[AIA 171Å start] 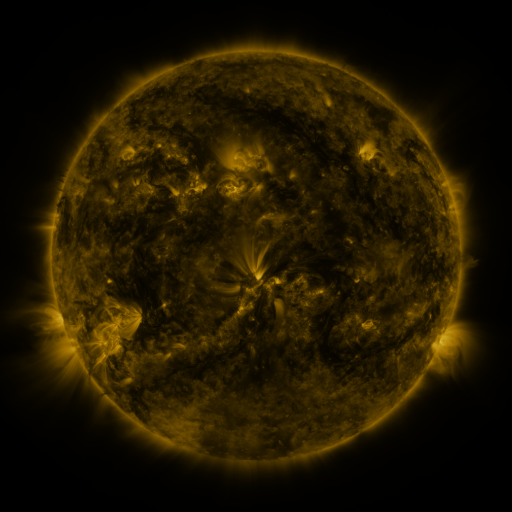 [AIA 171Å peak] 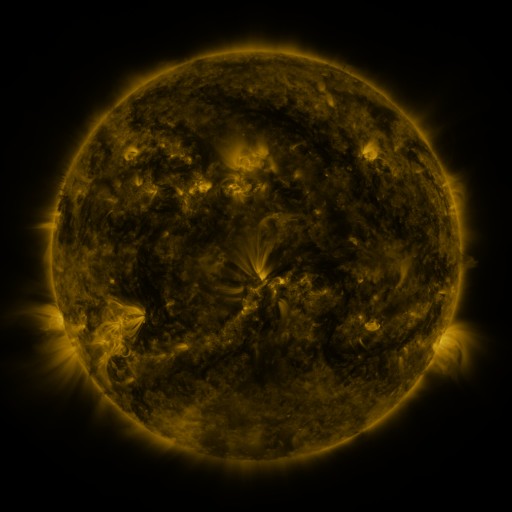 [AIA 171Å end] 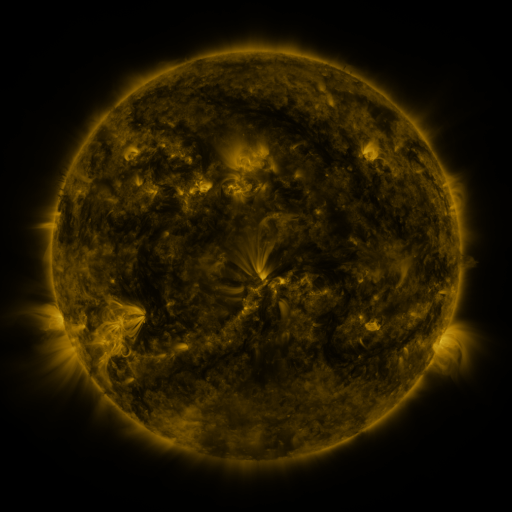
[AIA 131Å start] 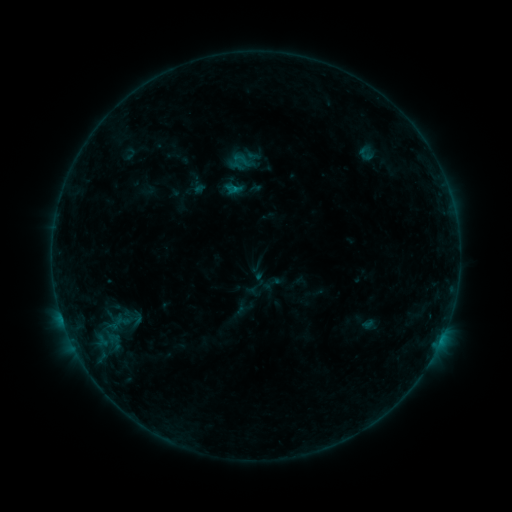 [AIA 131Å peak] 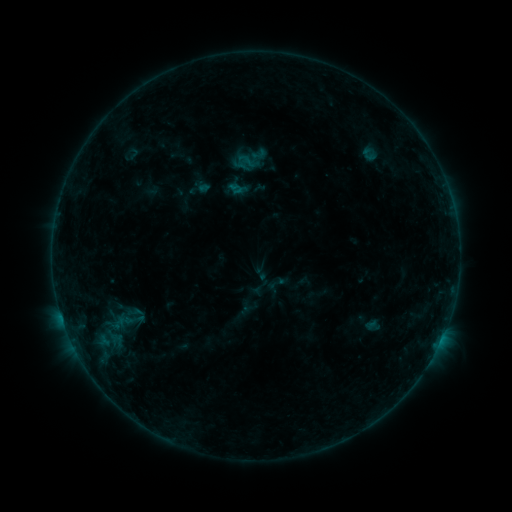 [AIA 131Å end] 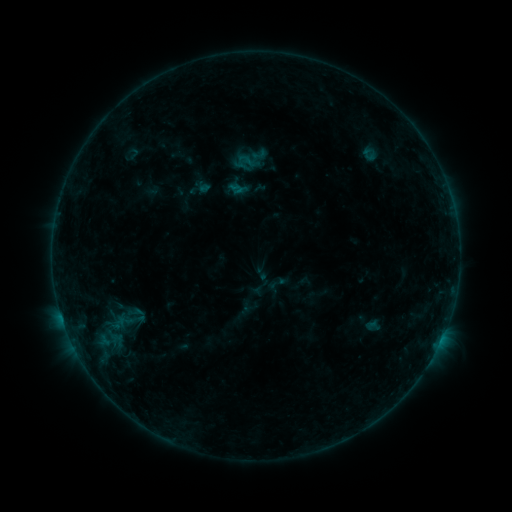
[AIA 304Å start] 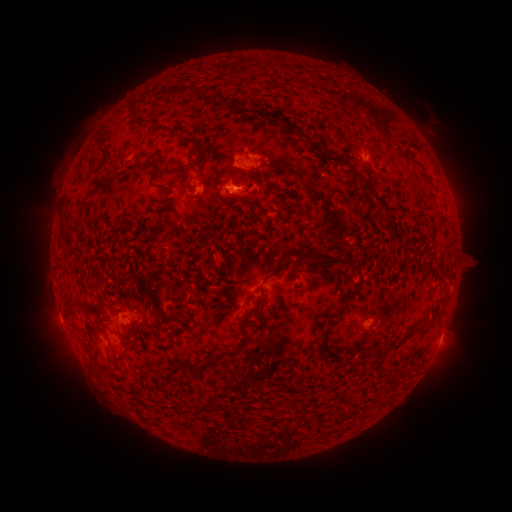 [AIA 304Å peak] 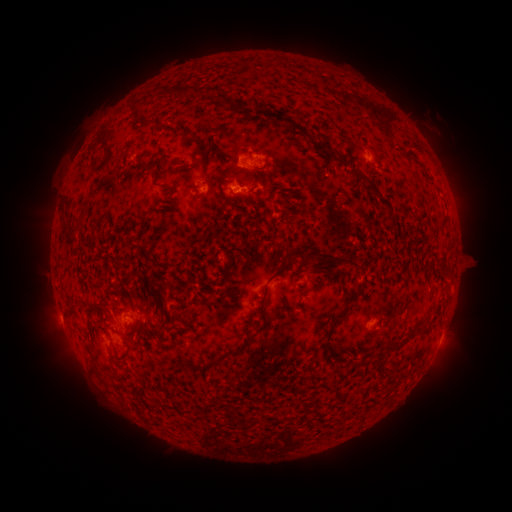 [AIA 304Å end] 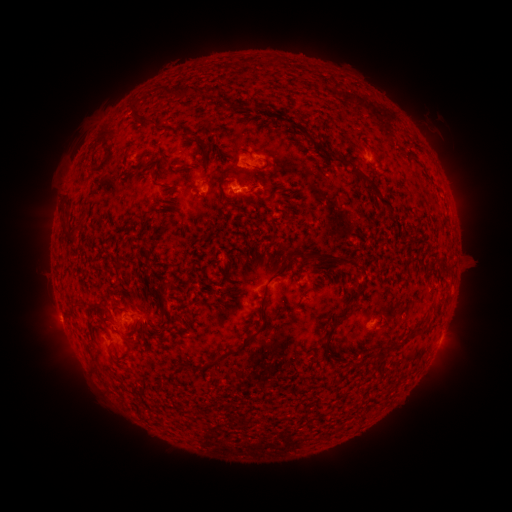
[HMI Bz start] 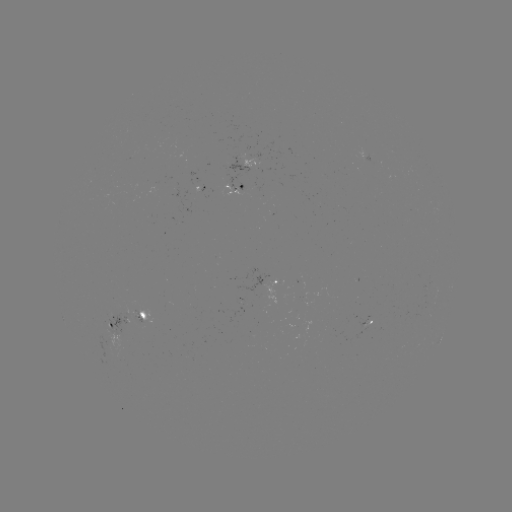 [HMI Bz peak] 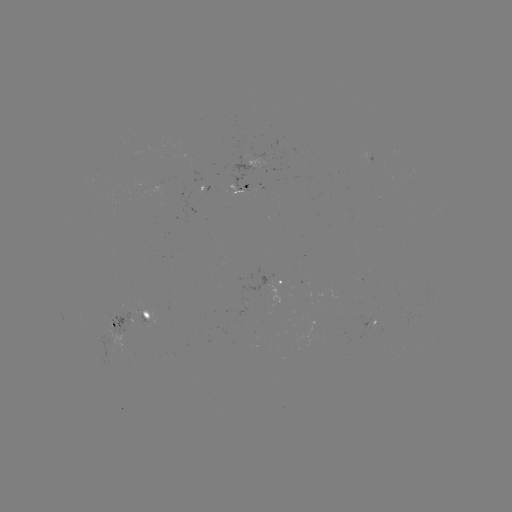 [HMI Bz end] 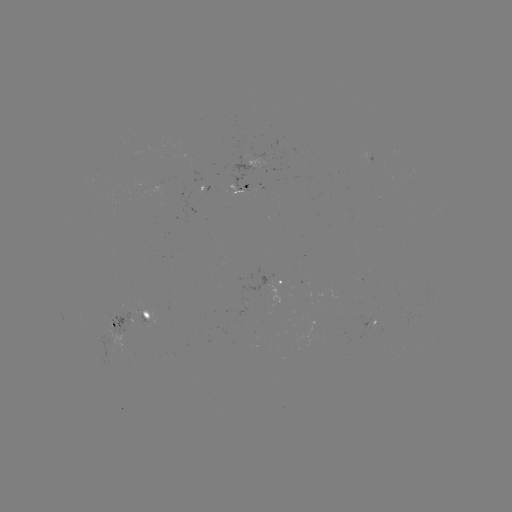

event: emerging-flux region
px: (109, 347)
